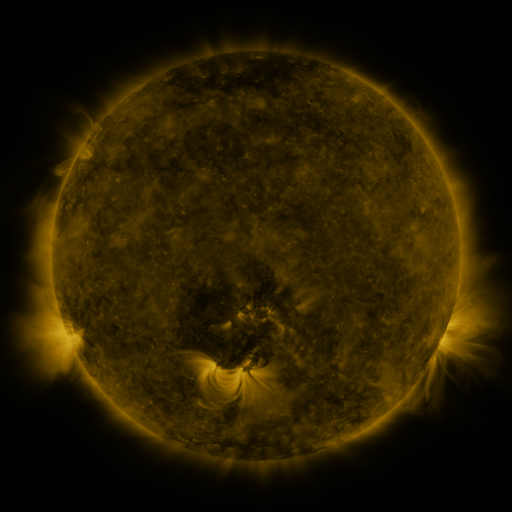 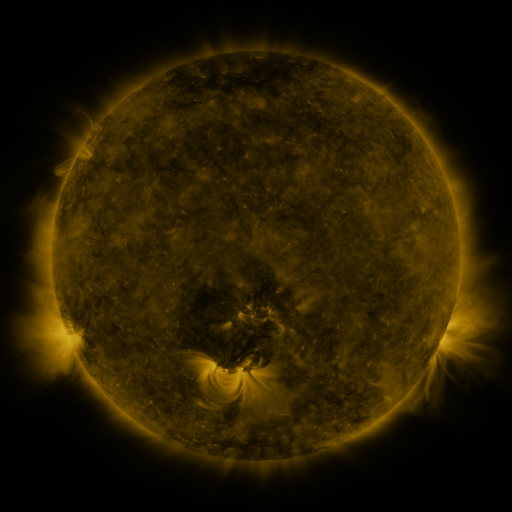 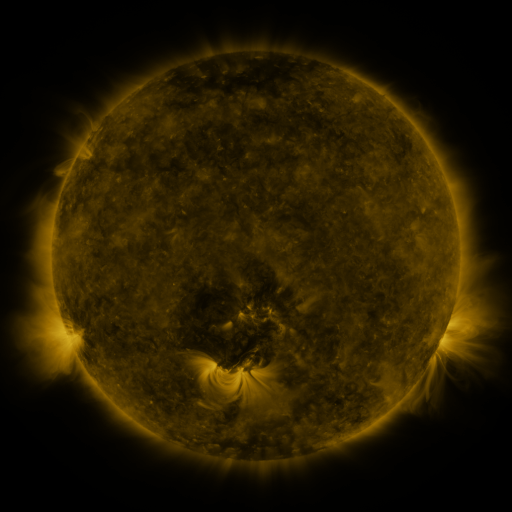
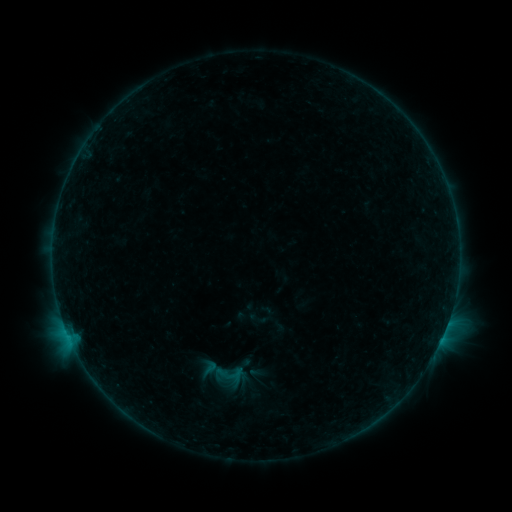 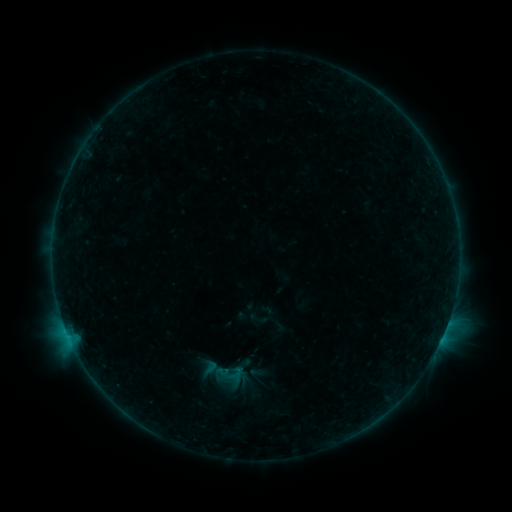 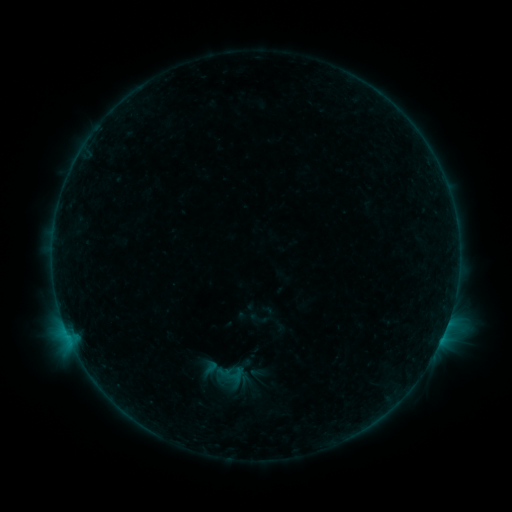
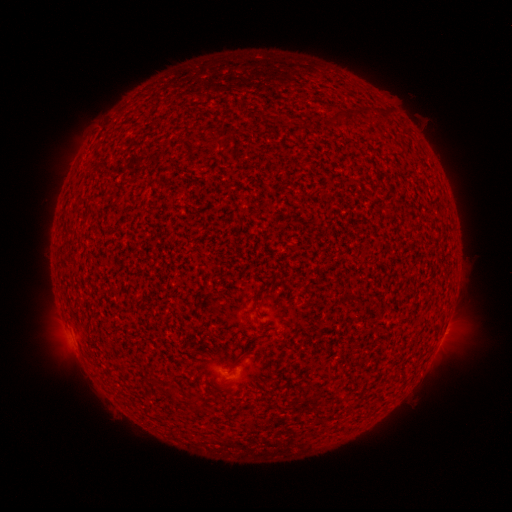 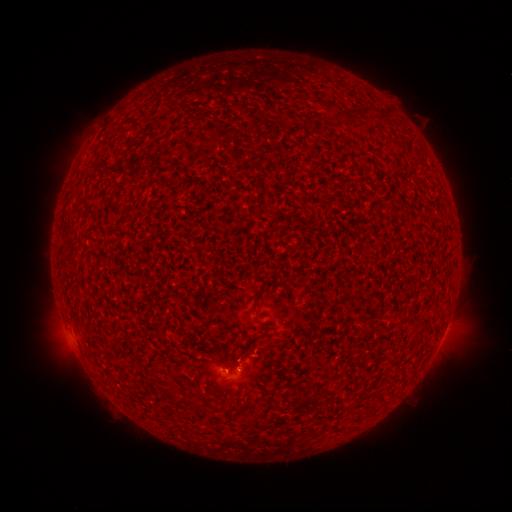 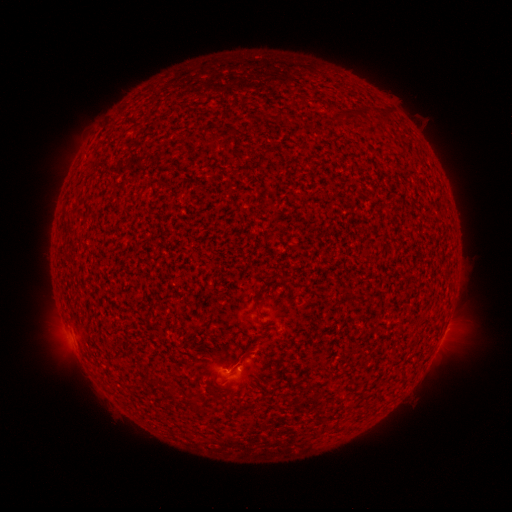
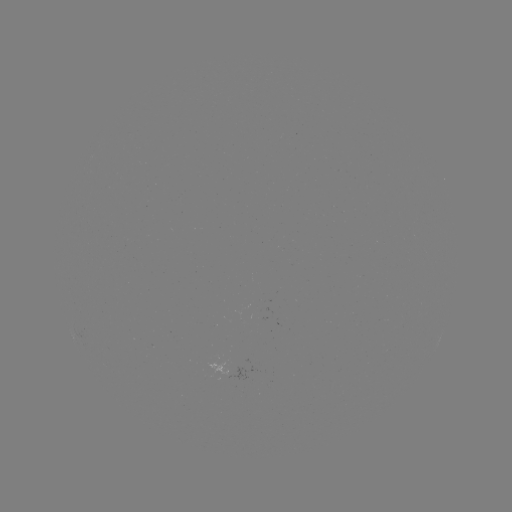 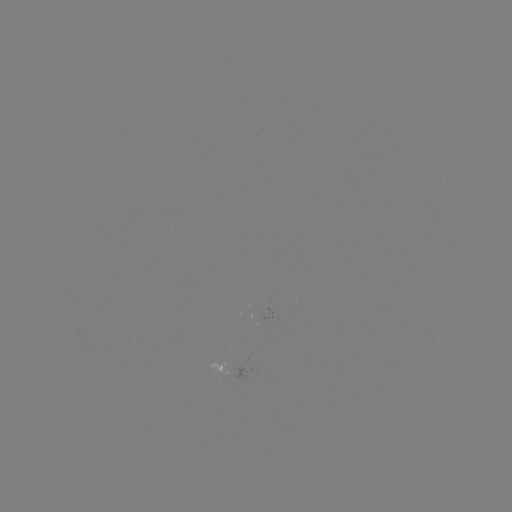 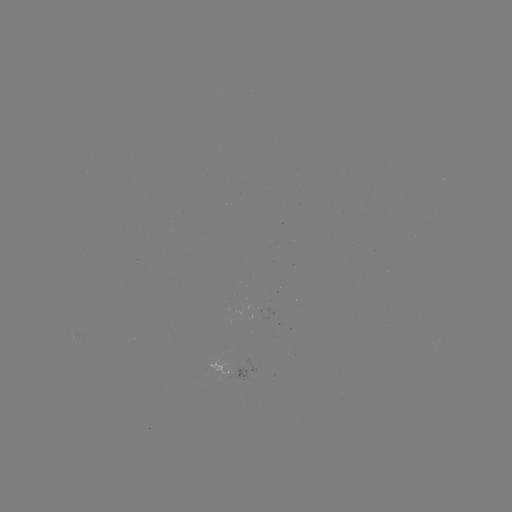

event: flare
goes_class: B2.7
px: (234, 369)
